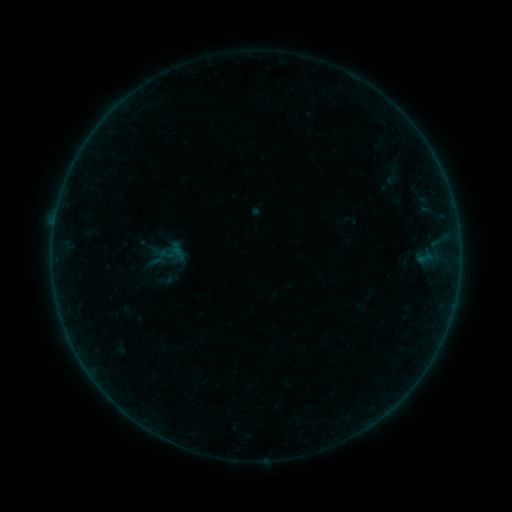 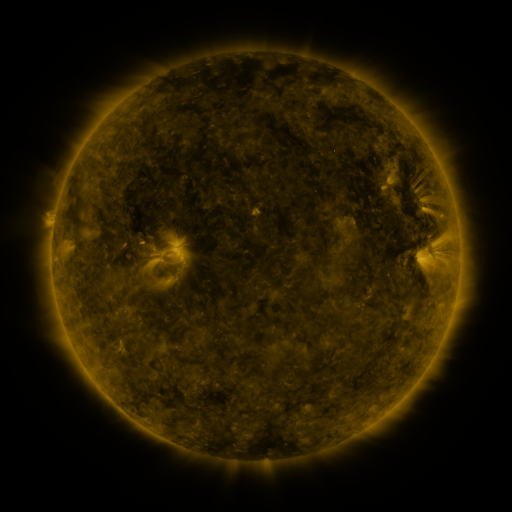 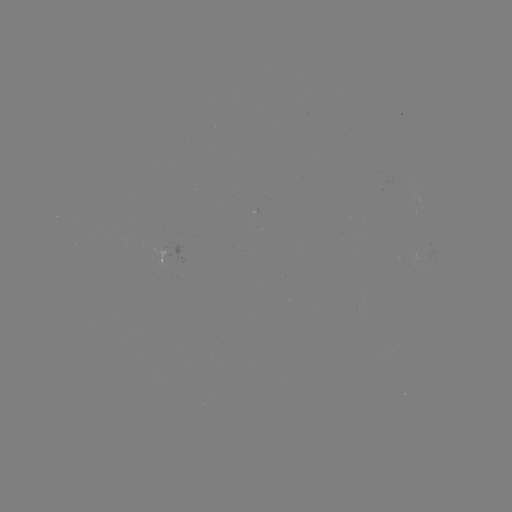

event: sigmoid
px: (167, 279)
